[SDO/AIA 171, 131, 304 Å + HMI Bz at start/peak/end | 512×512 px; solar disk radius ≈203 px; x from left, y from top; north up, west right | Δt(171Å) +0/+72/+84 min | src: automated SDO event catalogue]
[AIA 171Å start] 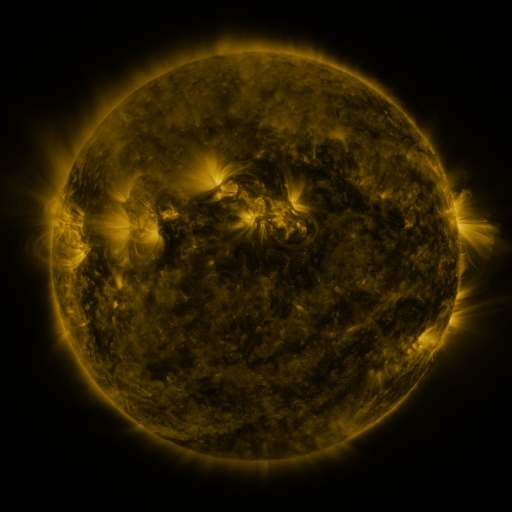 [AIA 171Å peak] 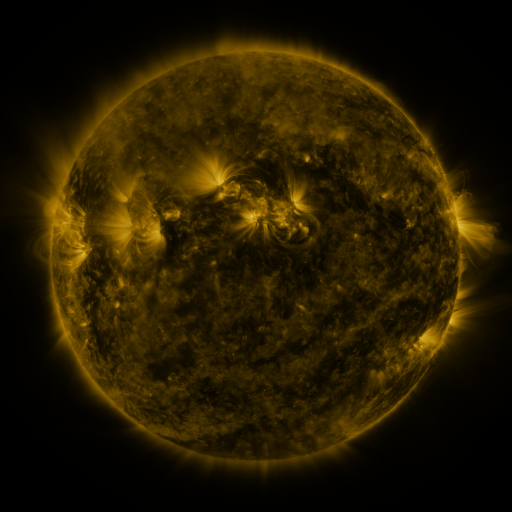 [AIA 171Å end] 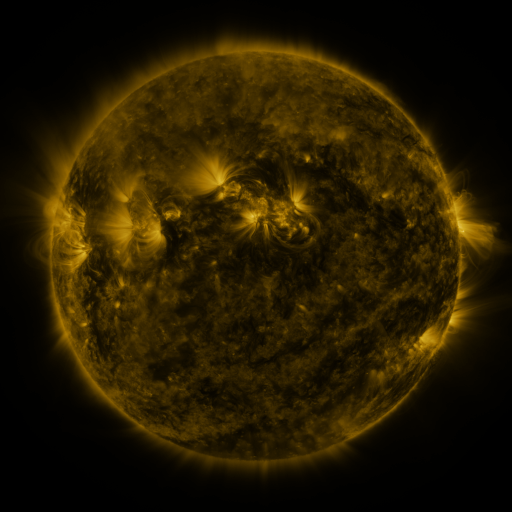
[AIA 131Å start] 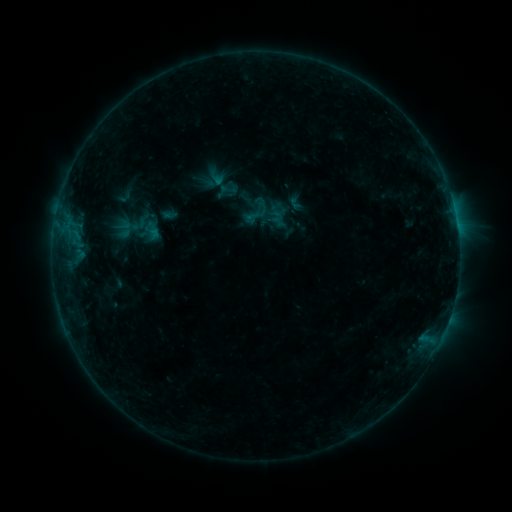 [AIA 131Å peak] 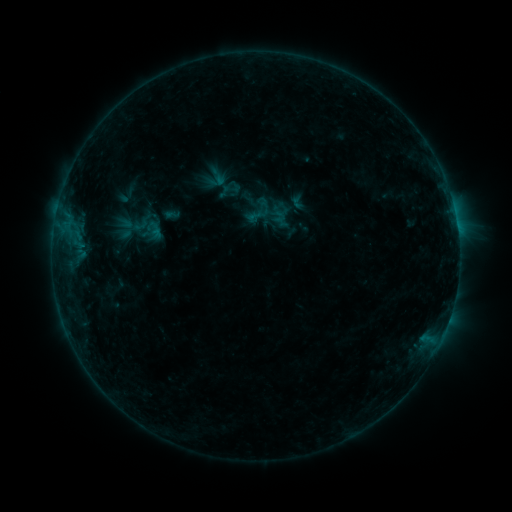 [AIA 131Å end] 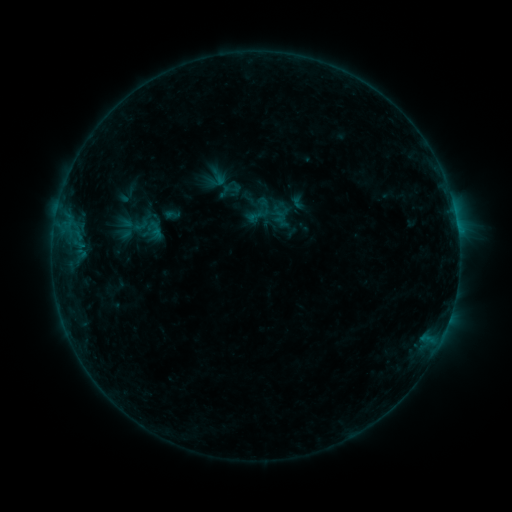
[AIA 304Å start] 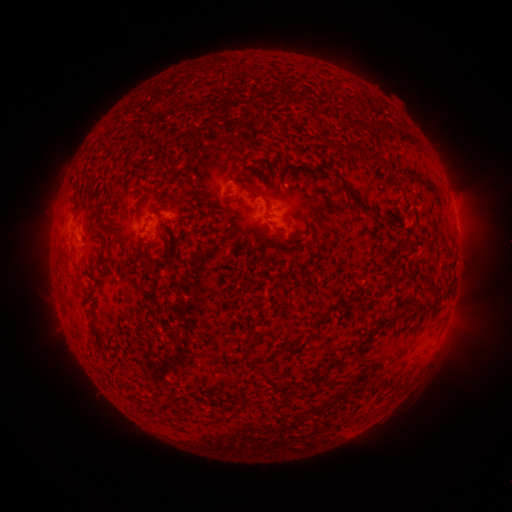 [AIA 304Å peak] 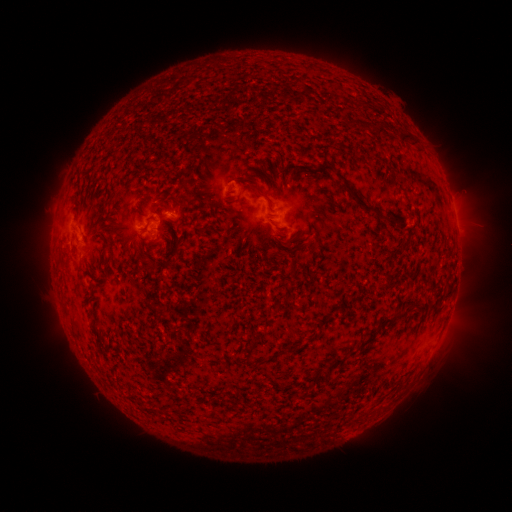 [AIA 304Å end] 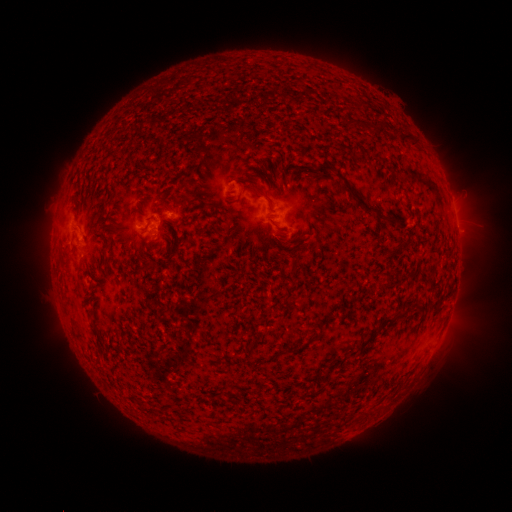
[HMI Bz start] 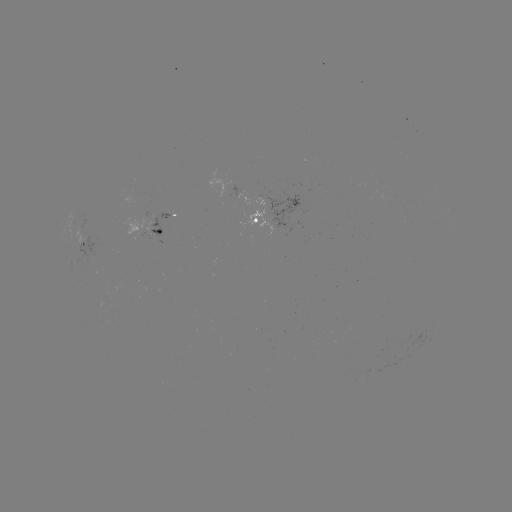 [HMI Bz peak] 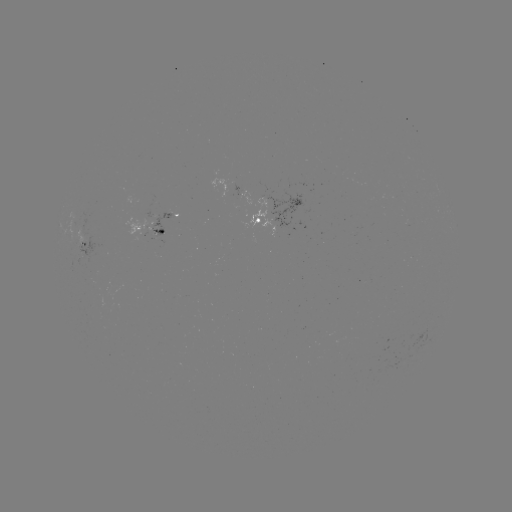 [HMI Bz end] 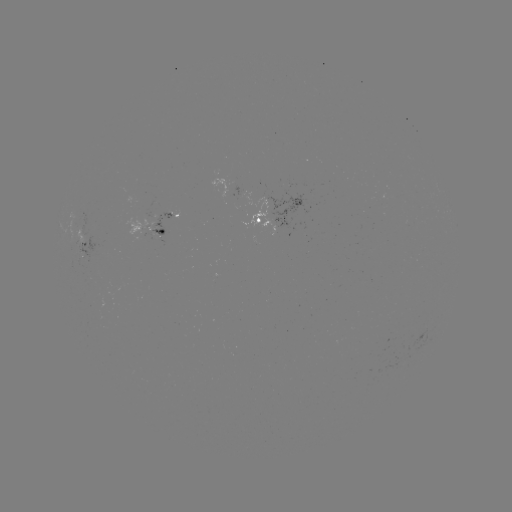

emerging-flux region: <bbox>152, 213, 172, 236</bbox>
